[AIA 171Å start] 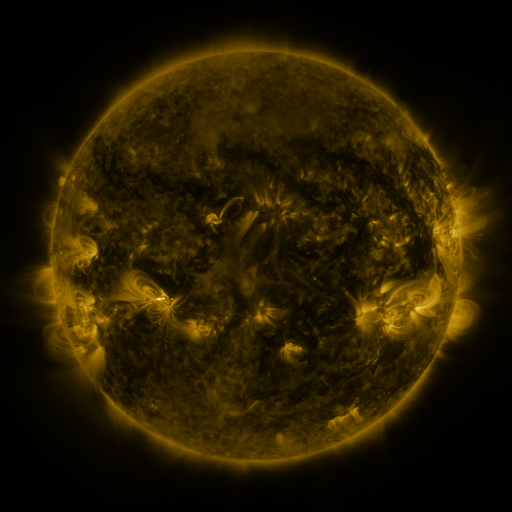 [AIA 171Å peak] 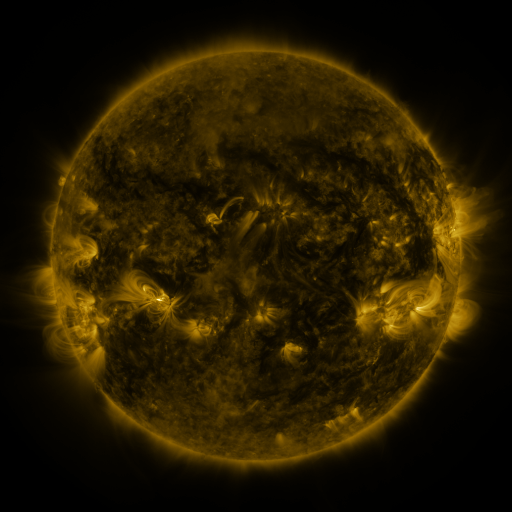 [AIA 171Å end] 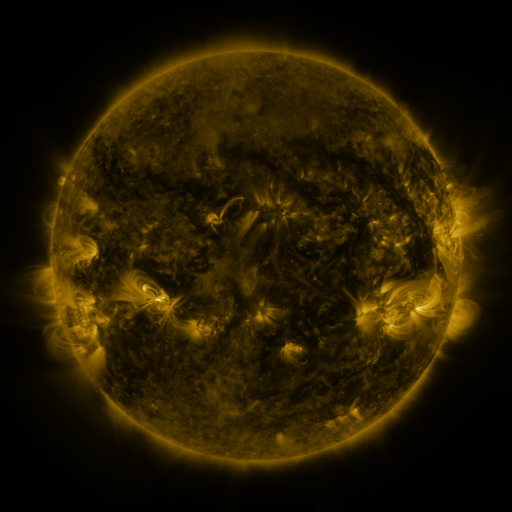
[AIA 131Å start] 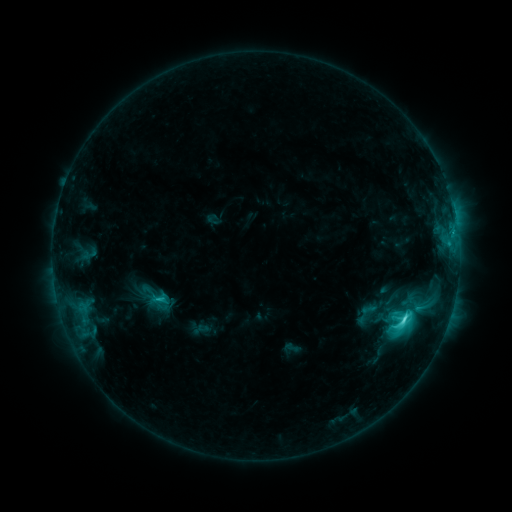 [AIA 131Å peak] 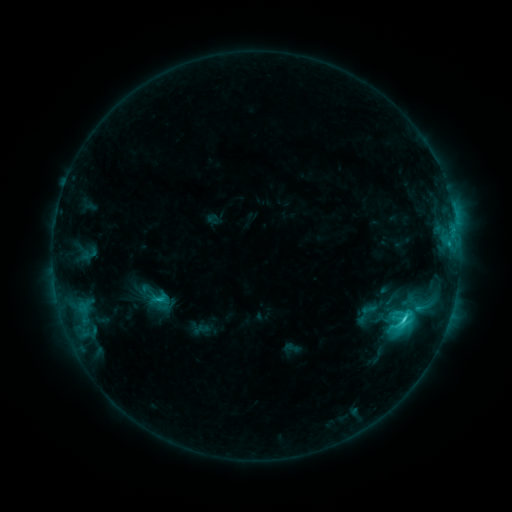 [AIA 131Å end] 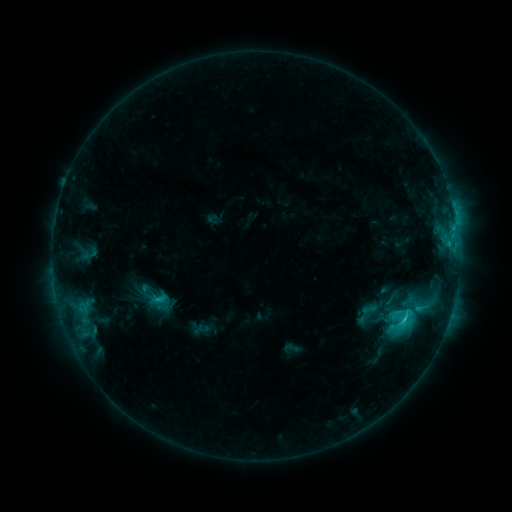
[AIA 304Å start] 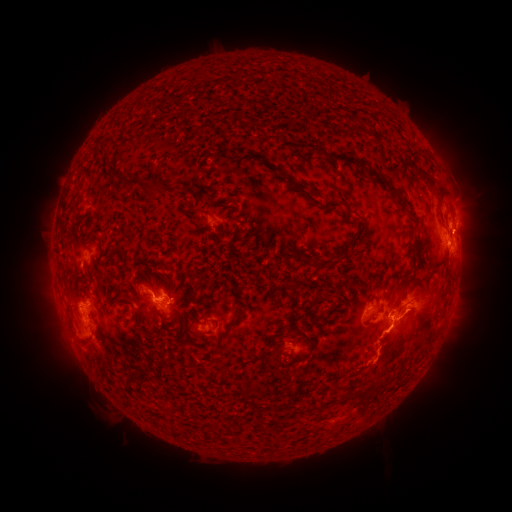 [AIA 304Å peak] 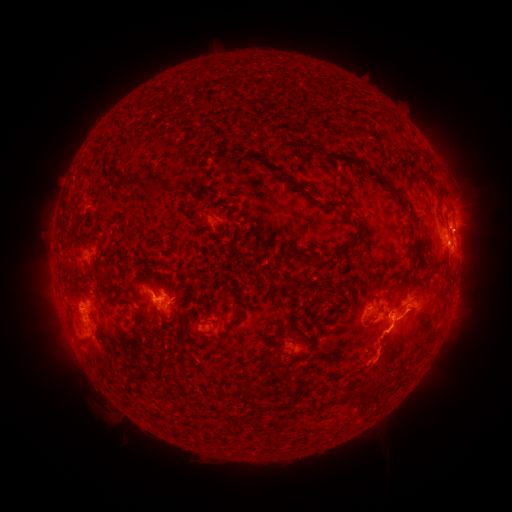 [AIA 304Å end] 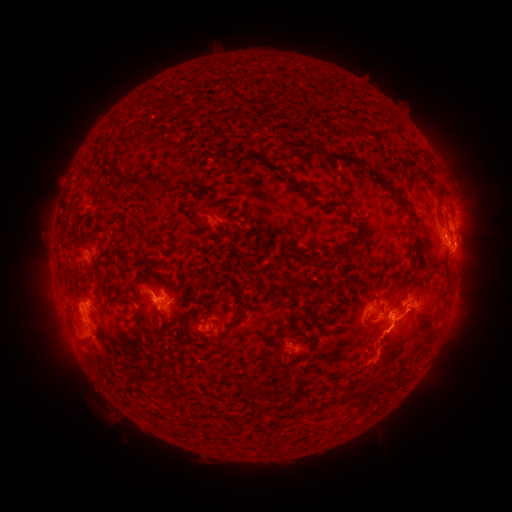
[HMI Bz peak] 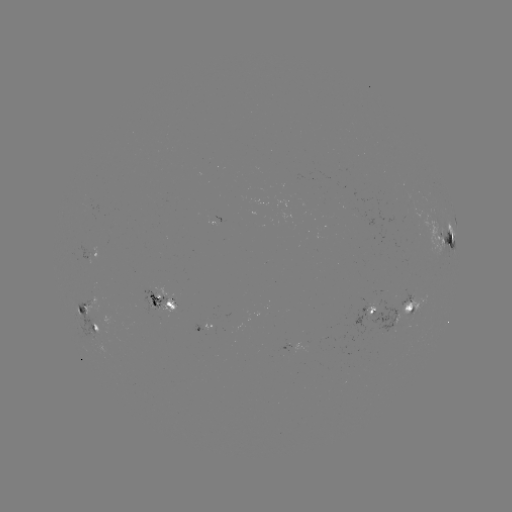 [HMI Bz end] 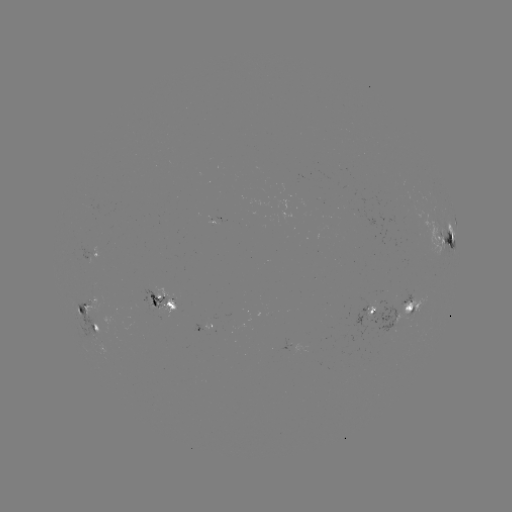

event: eruption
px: (470, 234)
